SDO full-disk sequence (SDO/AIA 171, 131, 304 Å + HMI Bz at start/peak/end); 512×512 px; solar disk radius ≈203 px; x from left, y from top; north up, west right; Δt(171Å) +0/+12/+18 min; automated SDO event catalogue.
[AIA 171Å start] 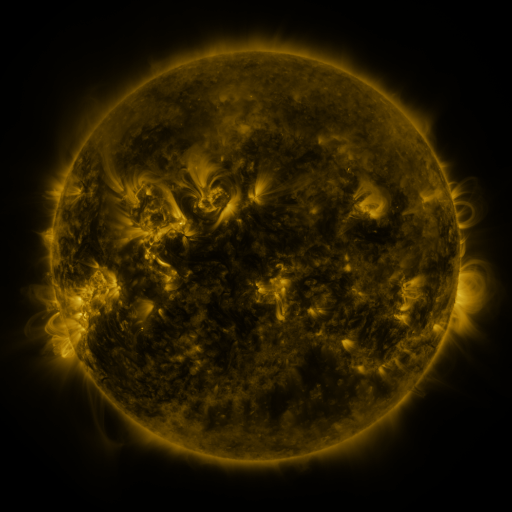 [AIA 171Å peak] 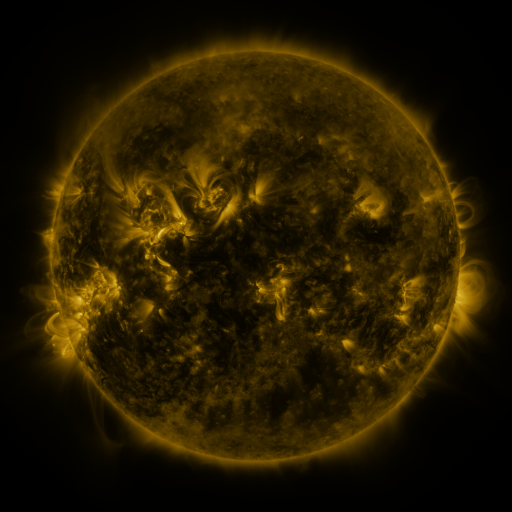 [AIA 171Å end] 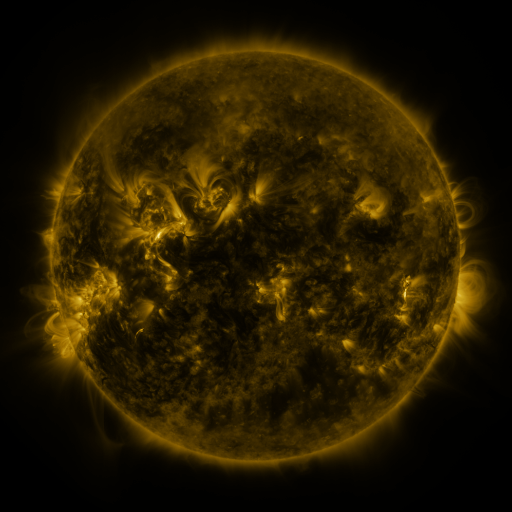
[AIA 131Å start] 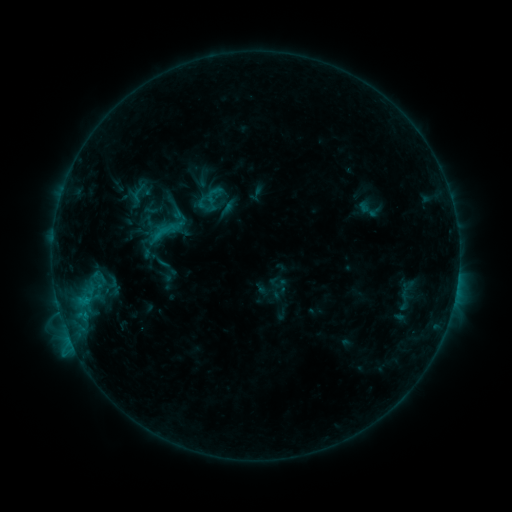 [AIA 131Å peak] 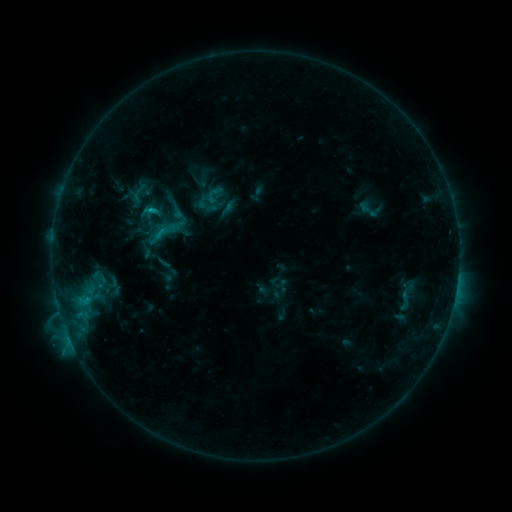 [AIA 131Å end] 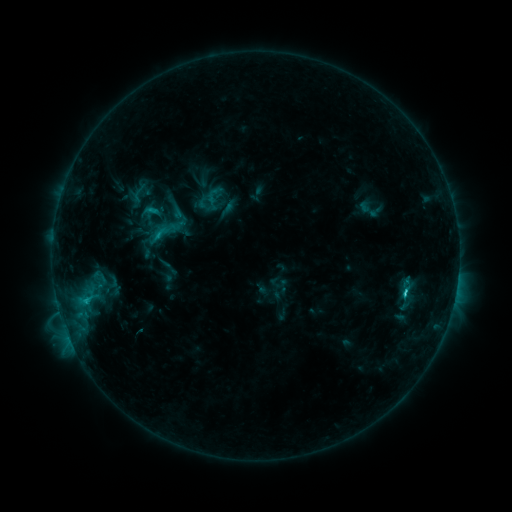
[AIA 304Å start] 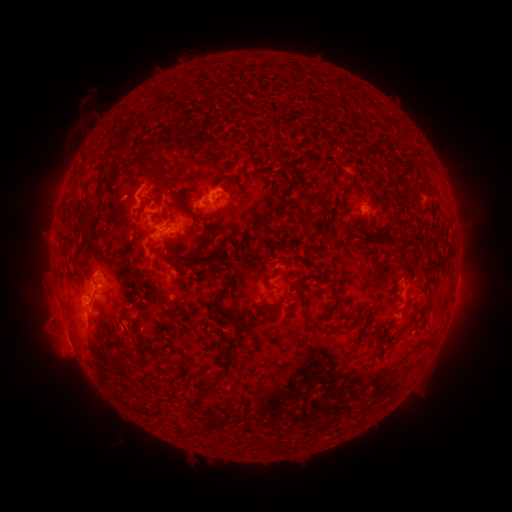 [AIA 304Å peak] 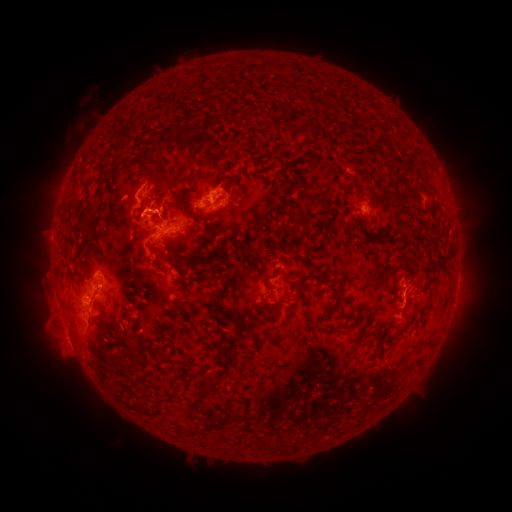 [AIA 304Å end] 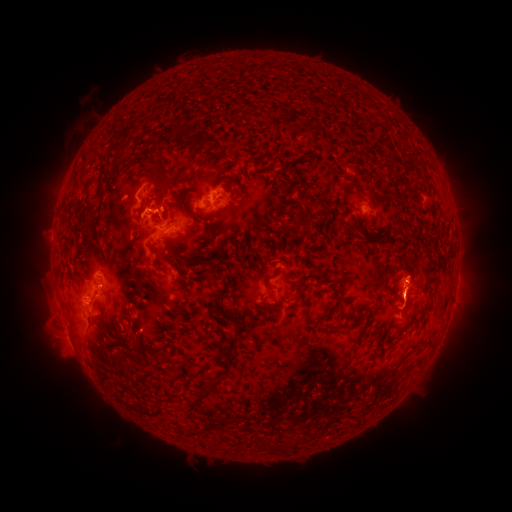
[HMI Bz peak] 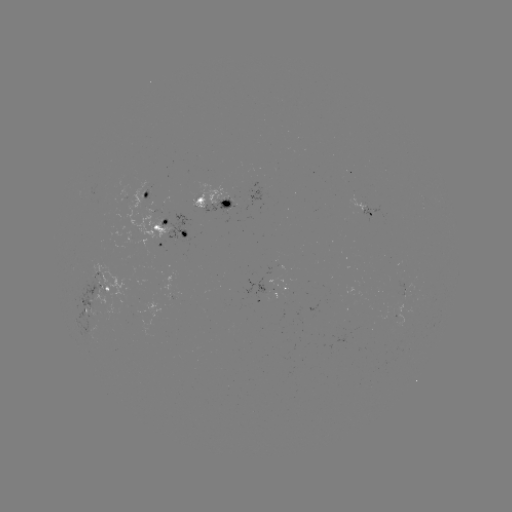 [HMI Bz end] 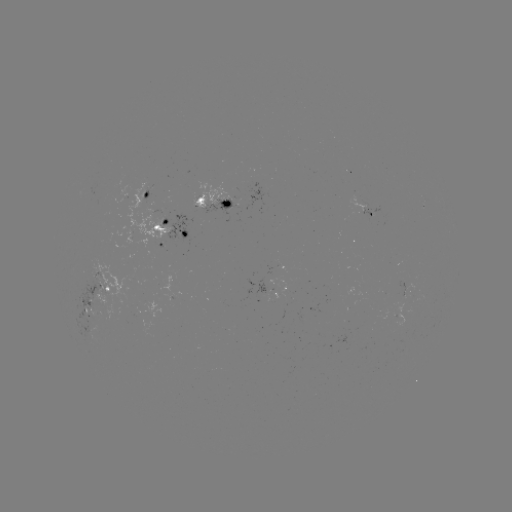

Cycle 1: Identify eruption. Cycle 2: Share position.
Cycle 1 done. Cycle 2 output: (411, 296).